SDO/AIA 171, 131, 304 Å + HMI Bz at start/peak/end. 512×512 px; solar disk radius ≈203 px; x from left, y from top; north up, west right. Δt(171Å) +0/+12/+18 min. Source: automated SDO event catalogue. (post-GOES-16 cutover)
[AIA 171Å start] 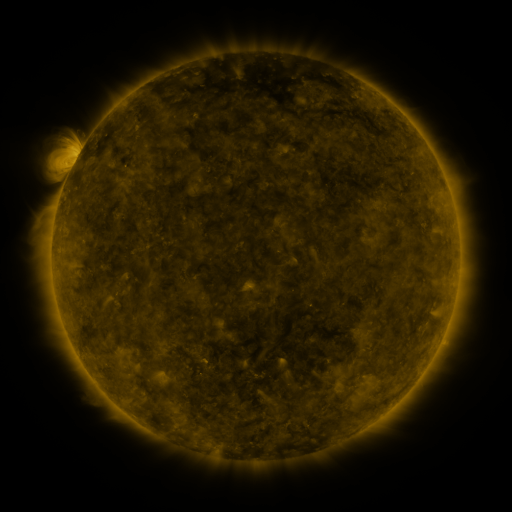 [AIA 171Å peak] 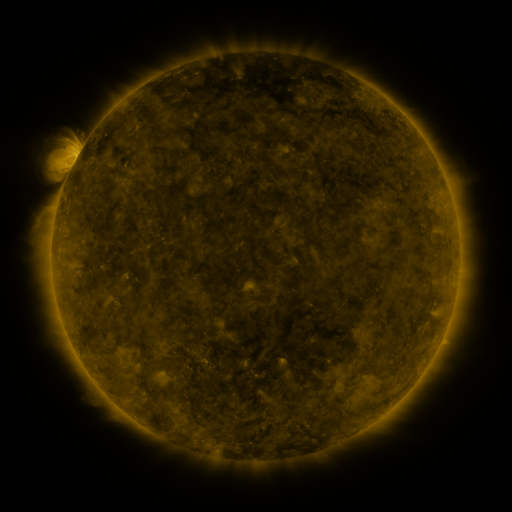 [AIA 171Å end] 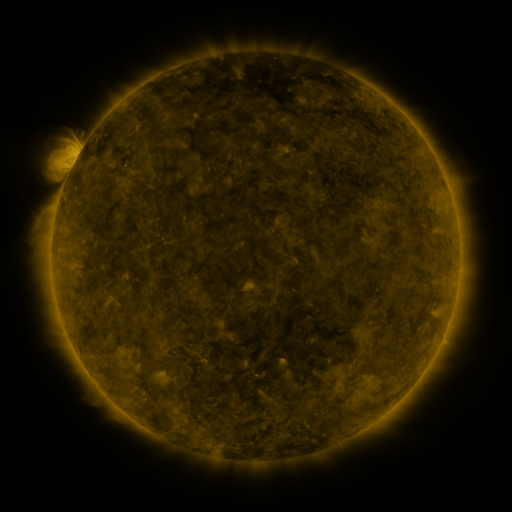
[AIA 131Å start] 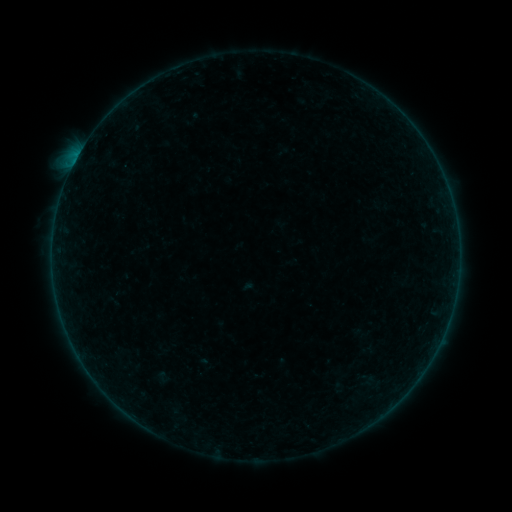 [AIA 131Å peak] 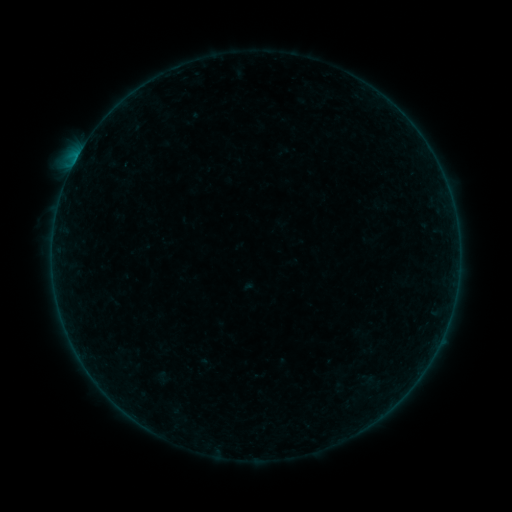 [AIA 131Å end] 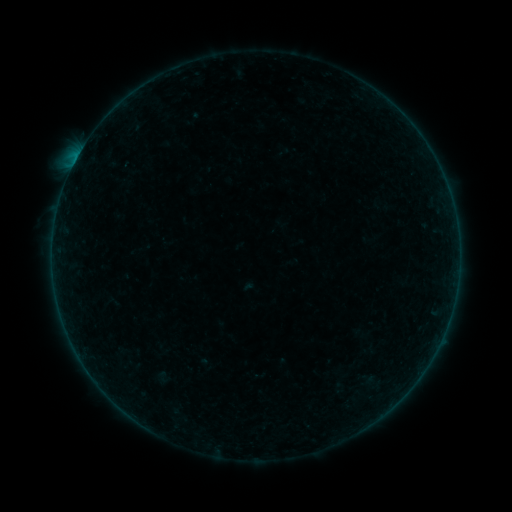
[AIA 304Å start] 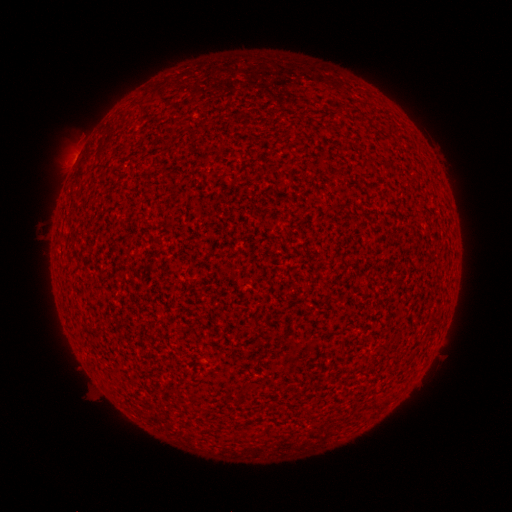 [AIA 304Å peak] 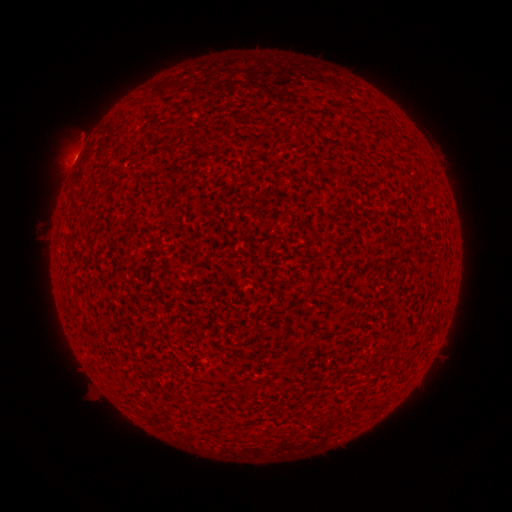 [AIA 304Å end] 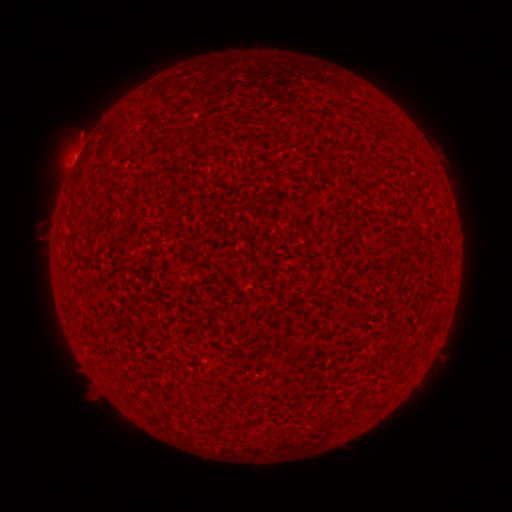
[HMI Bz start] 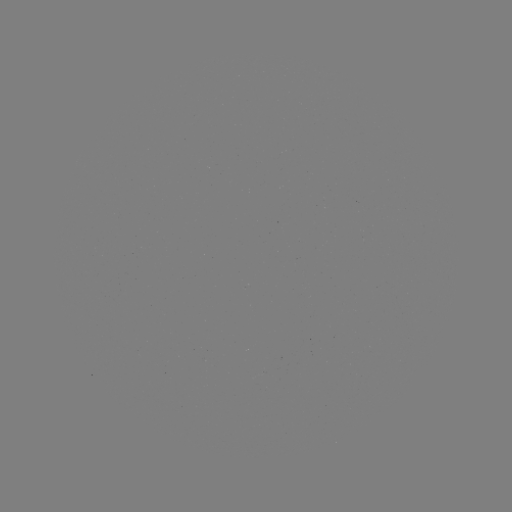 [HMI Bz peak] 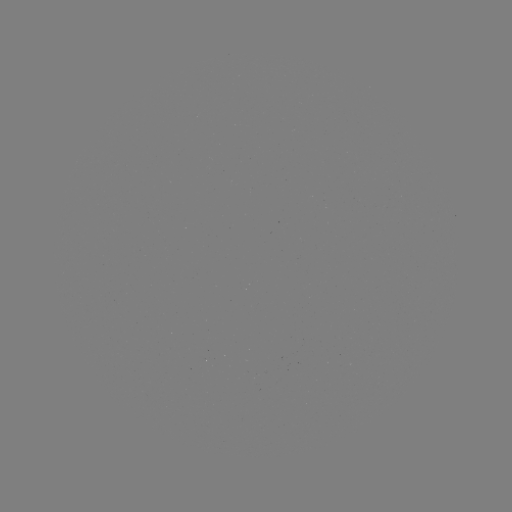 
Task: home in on B2.1 flare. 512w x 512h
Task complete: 76,162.